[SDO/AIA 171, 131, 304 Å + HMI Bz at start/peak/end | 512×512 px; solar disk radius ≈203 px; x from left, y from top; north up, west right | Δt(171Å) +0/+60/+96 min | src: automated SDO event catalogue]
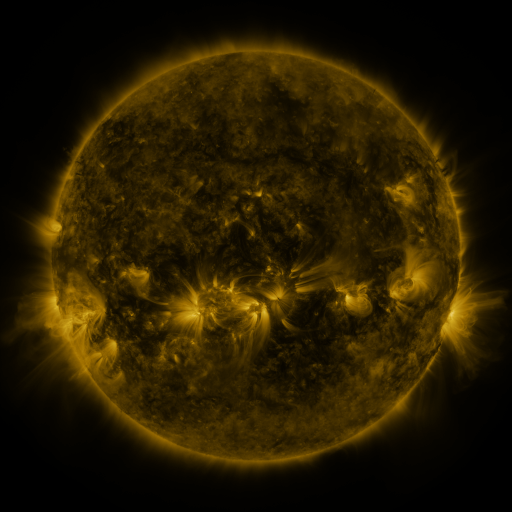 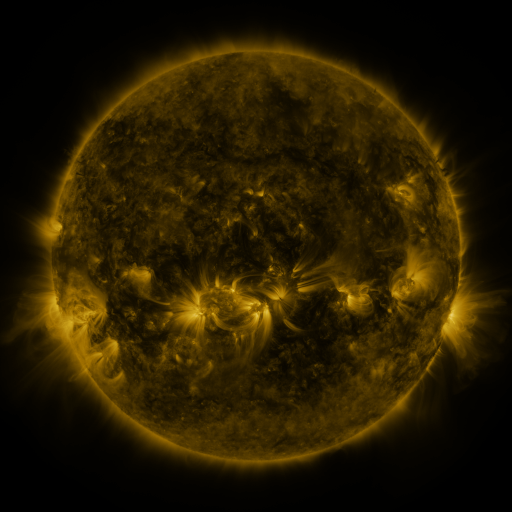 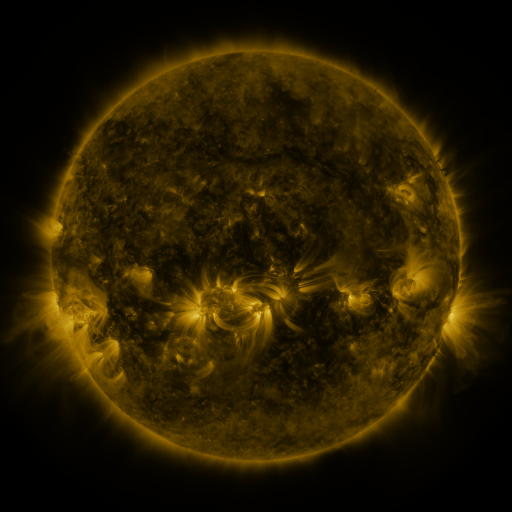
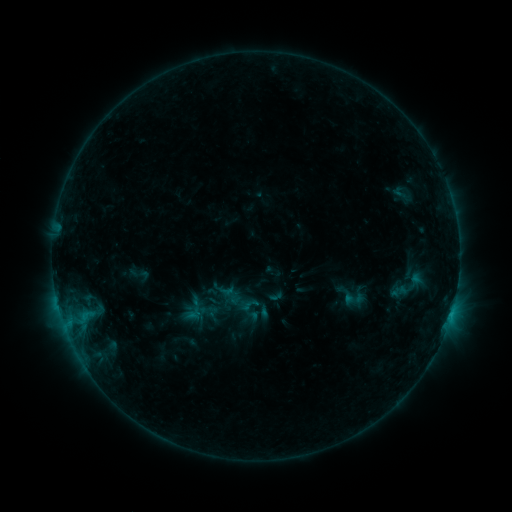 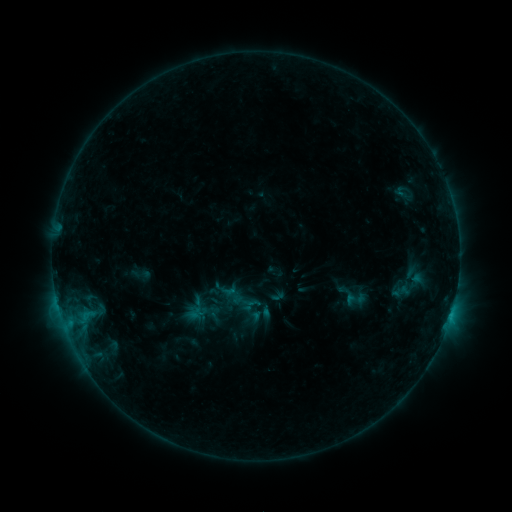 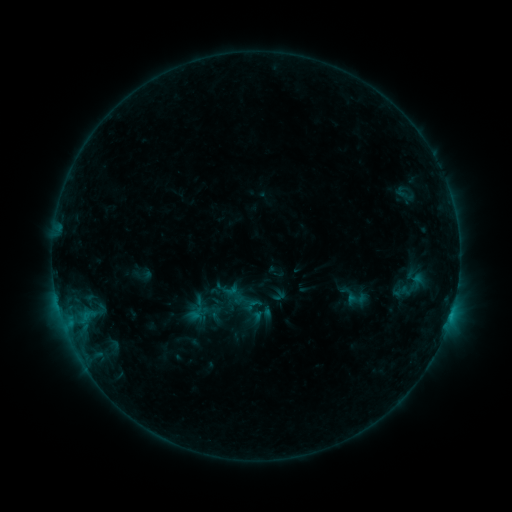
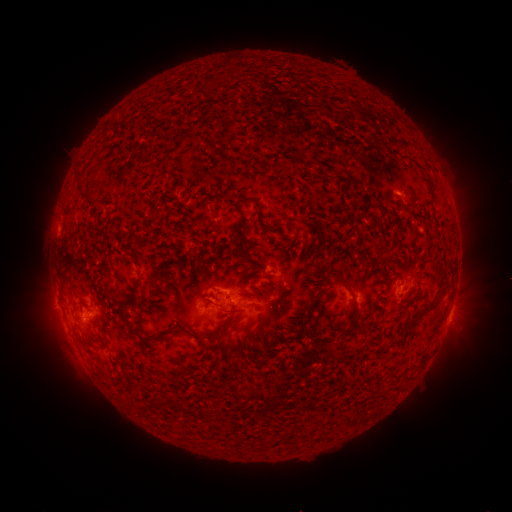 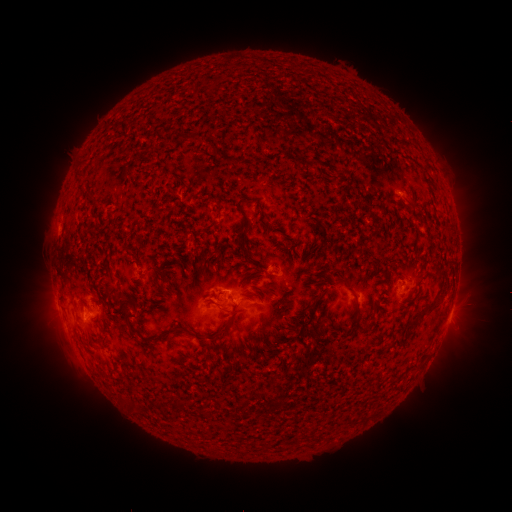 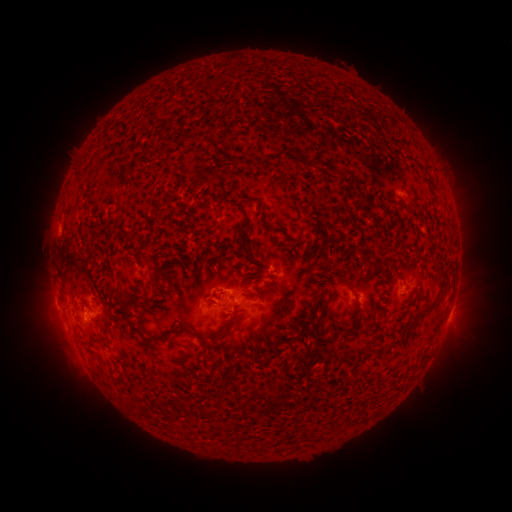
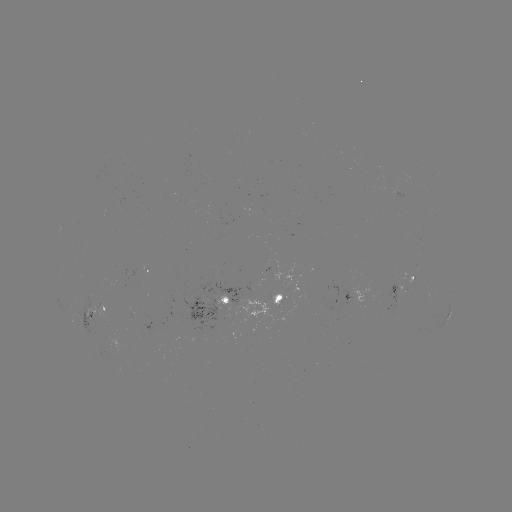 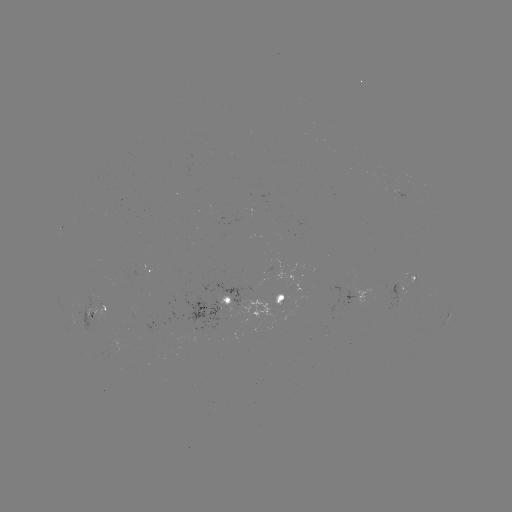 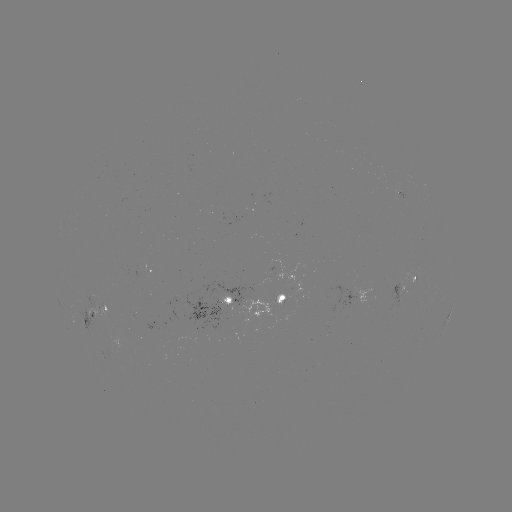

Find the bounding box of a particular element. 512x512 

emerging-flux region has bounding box [271, 293, 282, 305].